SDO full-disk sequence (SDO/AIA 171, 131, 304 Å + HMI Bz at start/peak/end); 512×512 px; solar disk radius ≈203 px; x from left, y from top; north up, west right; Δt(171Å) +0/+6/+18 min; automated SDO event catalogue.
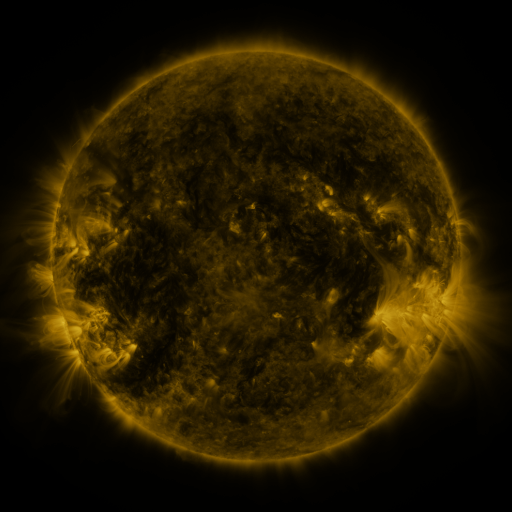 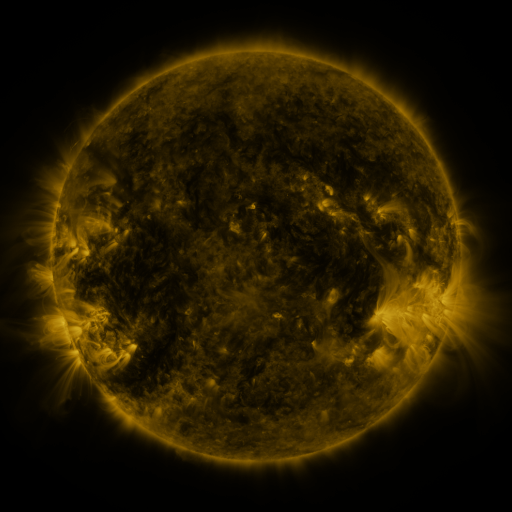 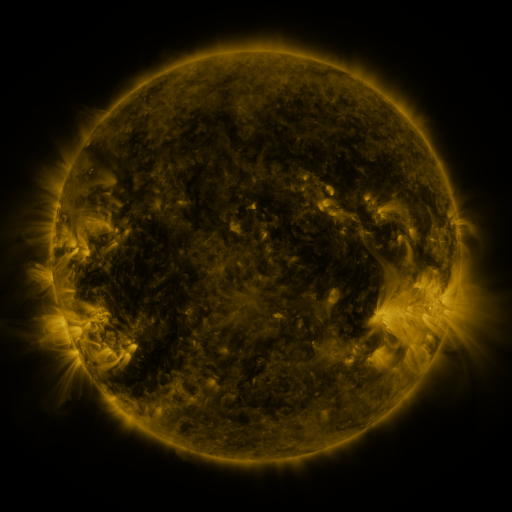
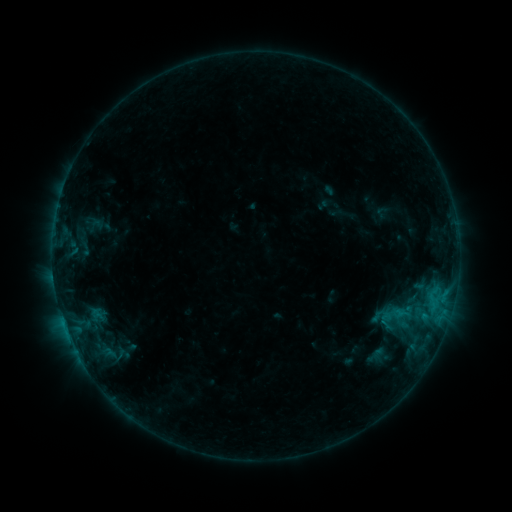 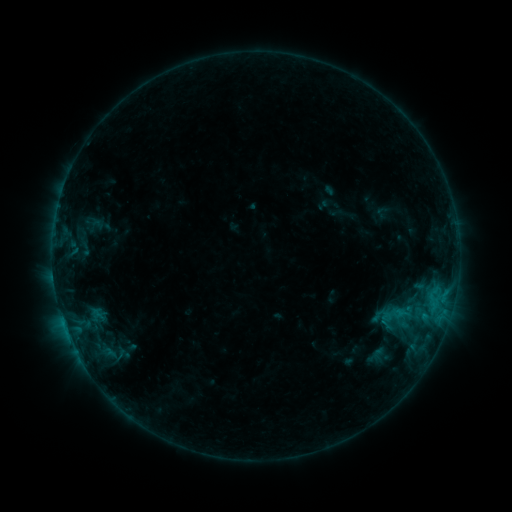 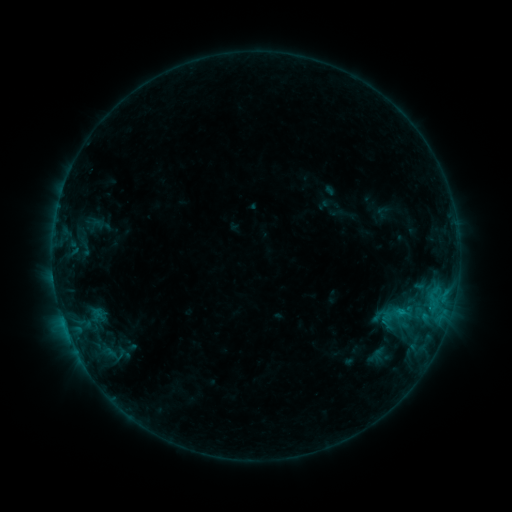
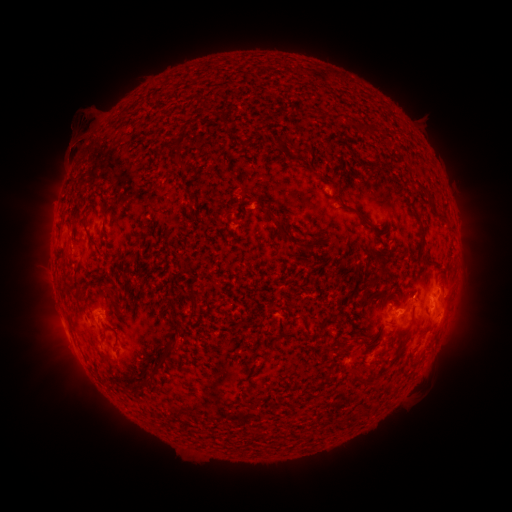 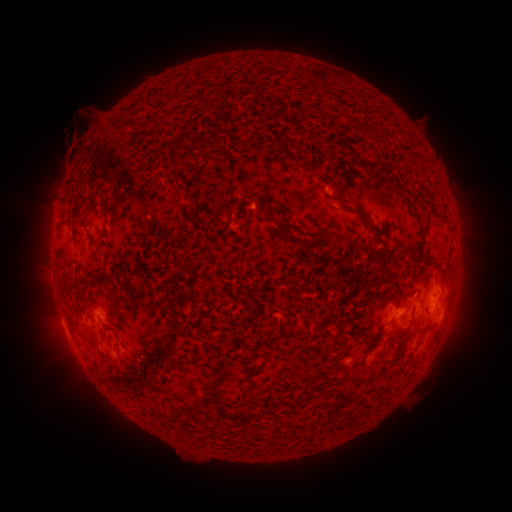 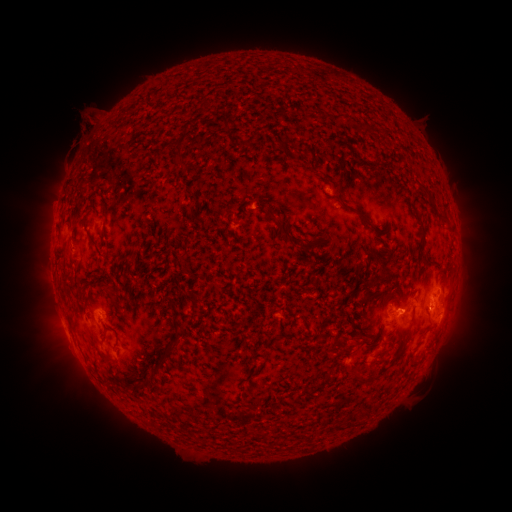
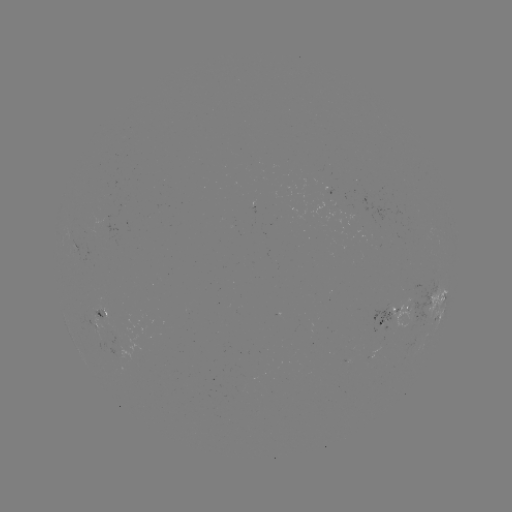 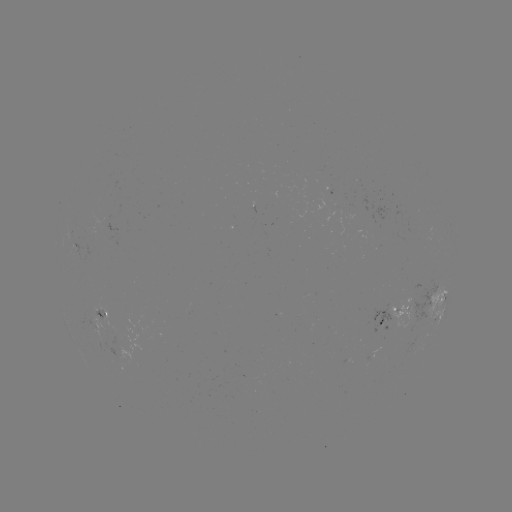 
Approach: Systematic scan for eruption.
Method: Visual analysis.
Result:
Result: eruption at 74,134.